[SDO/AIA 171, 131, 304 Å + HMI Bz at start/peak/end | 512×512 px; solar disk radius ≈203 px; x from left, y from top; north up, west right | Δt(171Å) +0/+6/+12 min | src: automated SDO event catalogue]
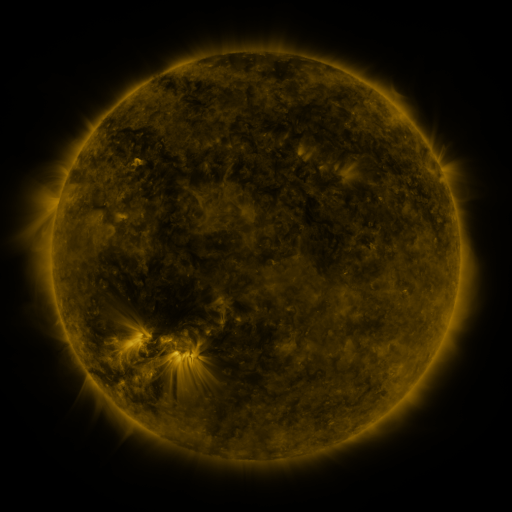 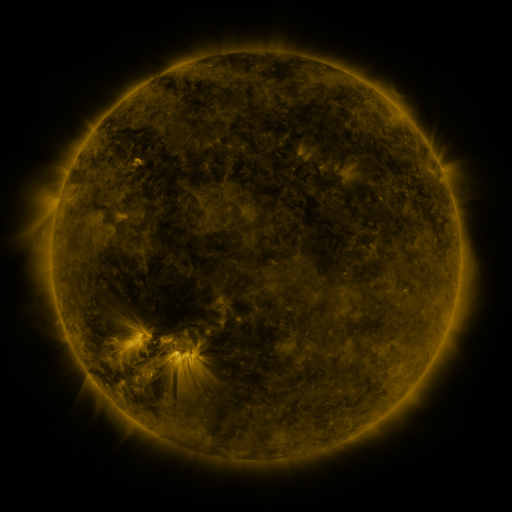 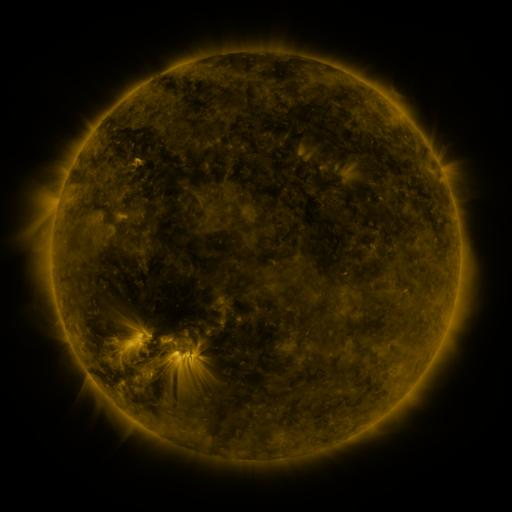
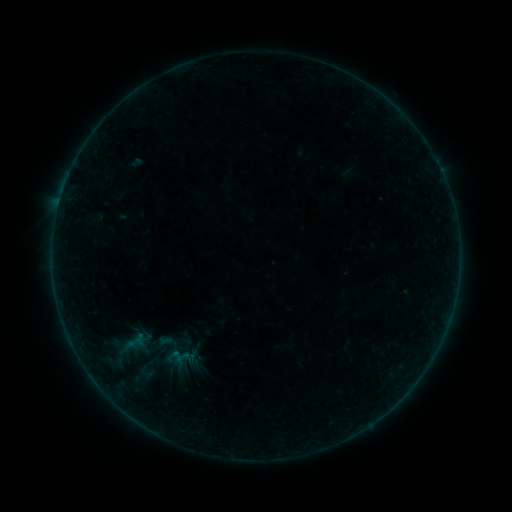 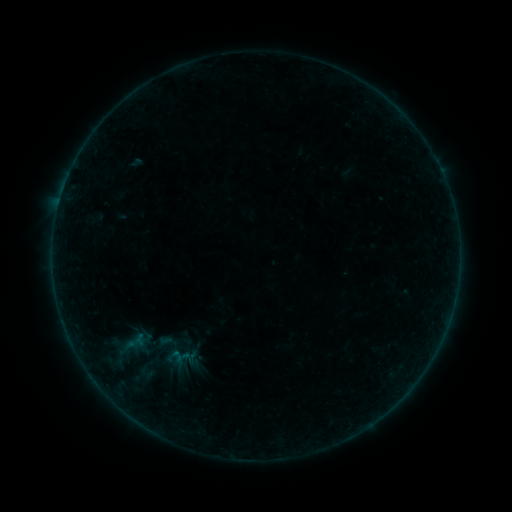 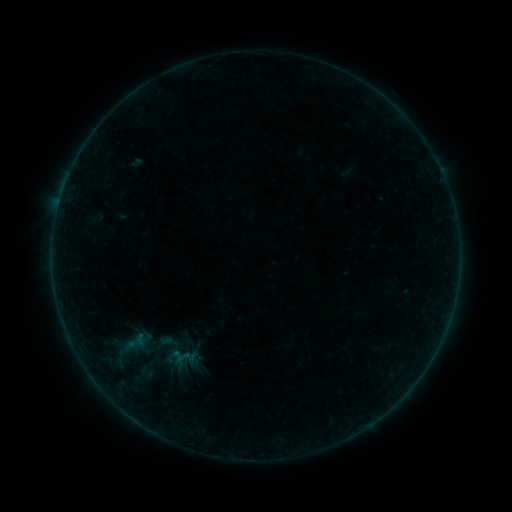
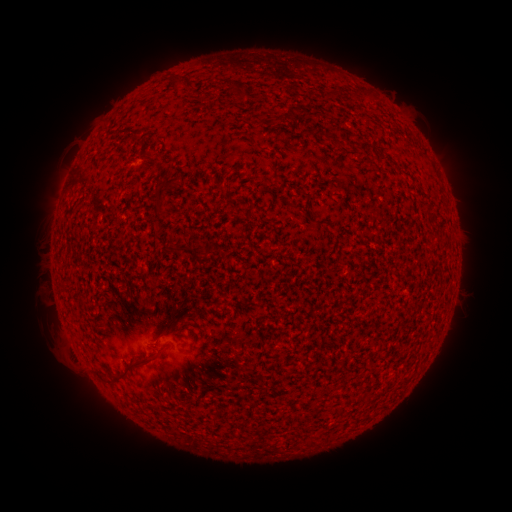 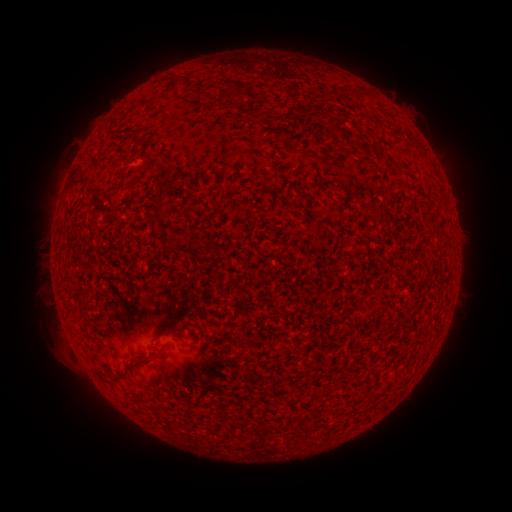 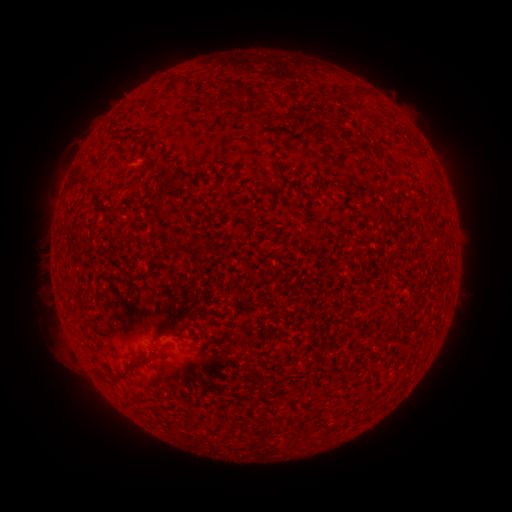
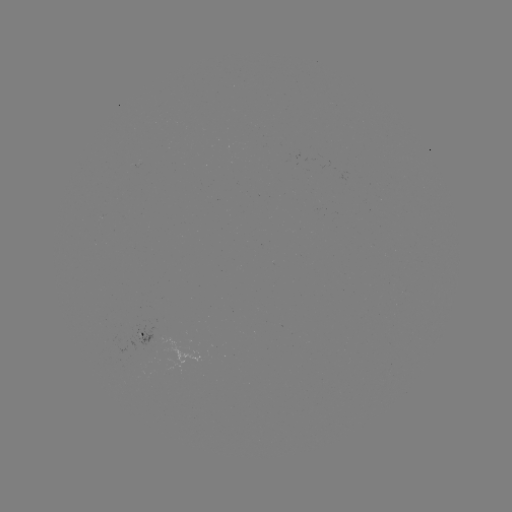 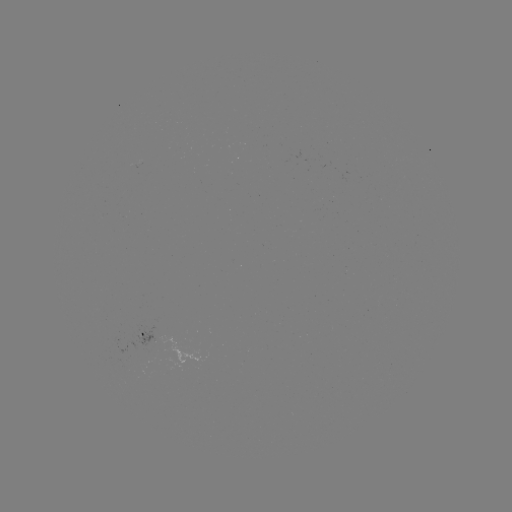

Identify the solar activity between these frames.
no catalogued flare and no flagged EUV brightening in this window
